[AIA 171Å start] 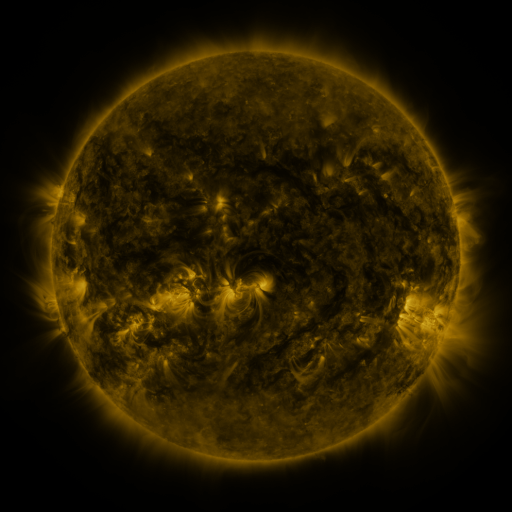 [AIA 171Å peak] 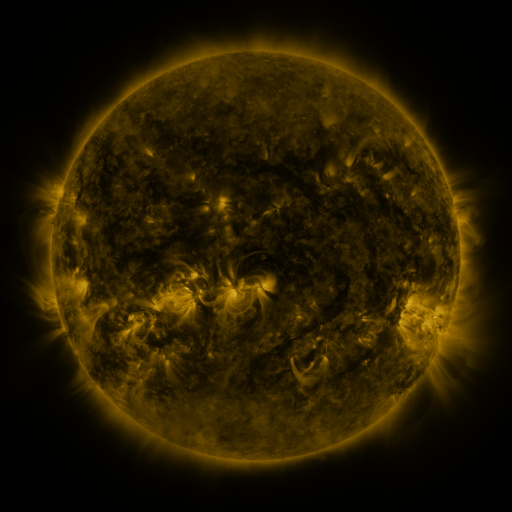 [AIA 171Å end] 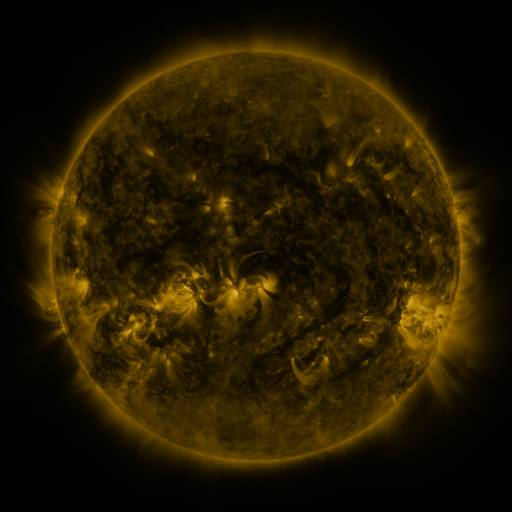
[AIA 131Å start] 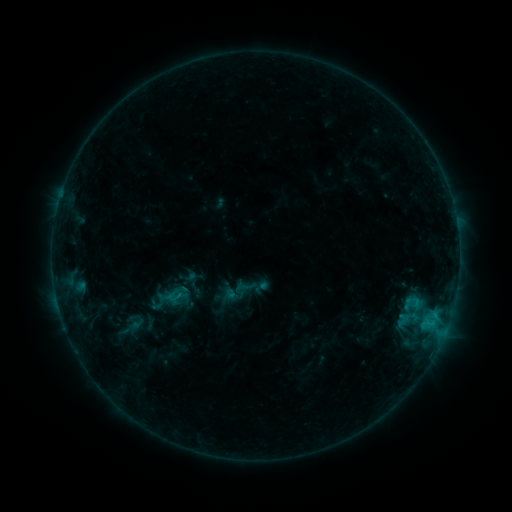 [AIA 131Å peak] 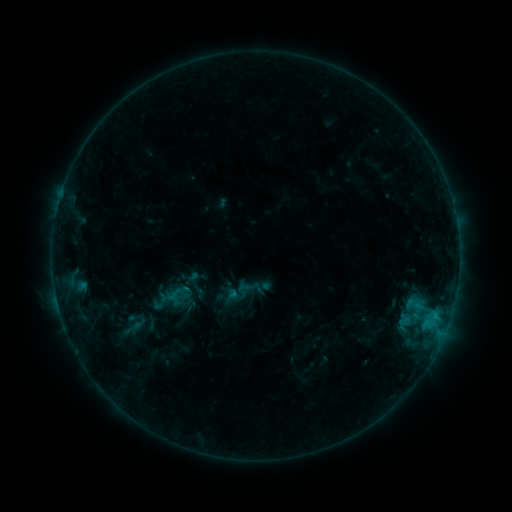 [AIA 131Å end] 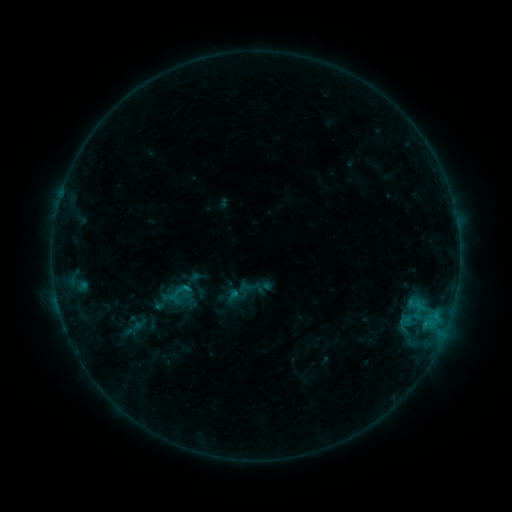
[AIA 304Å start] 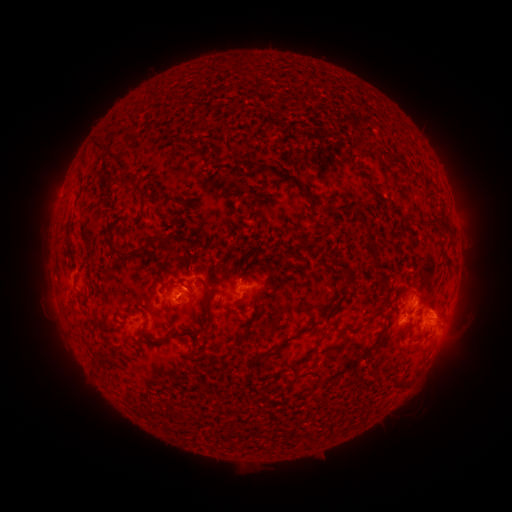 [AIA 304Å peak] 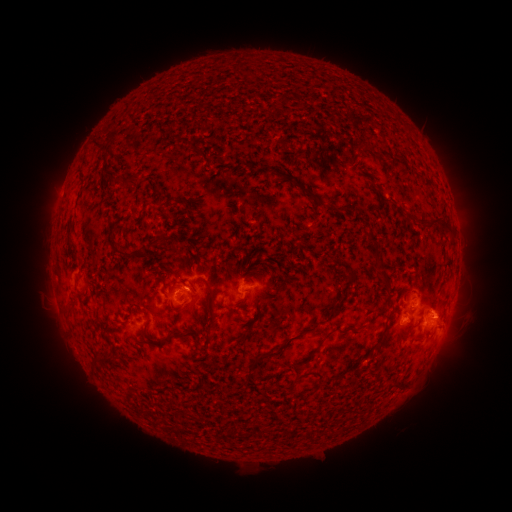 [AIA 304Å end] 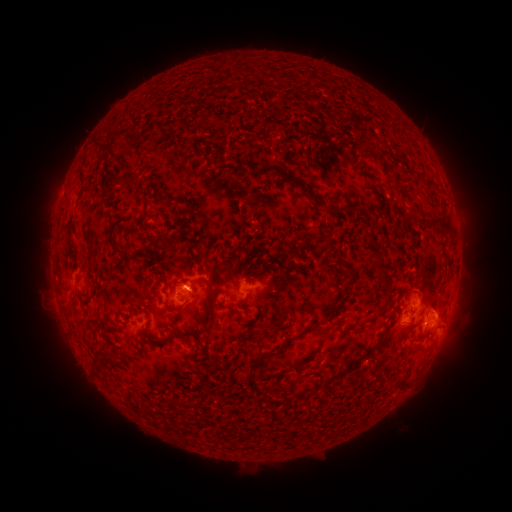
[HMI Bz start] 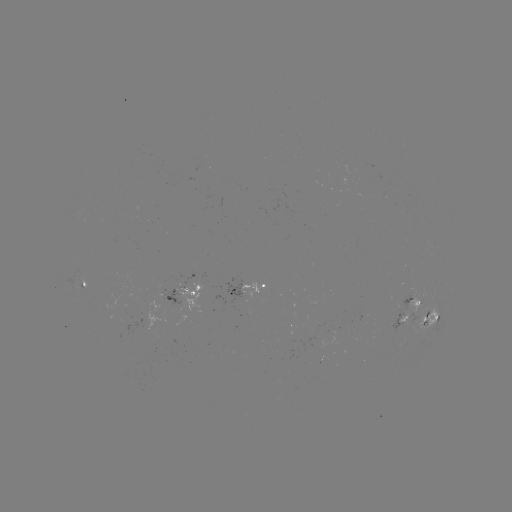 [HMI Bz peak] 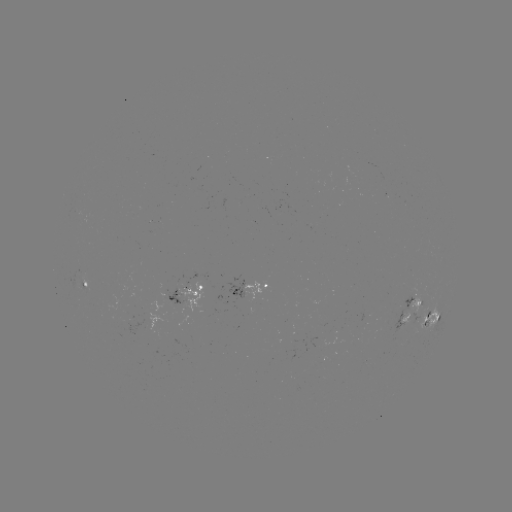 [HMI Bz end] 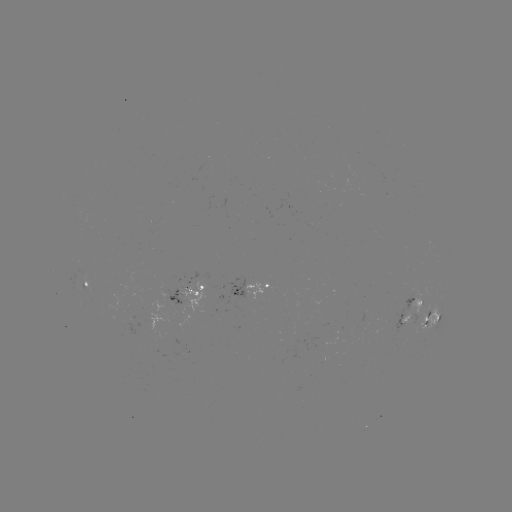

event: emerging-flux region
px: (324, 339)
